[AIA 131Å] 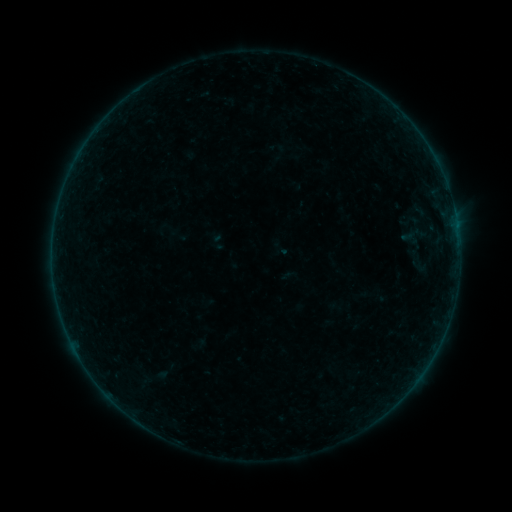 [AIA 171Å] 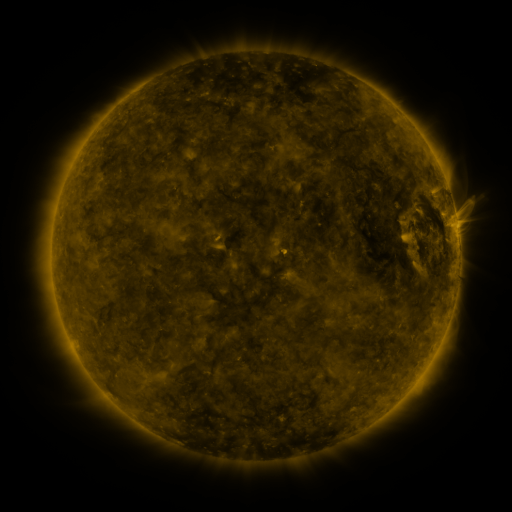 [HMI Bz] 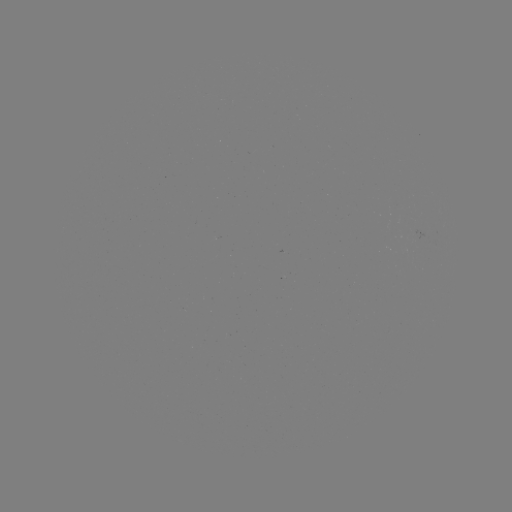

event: sigmoid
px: (280, 249)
